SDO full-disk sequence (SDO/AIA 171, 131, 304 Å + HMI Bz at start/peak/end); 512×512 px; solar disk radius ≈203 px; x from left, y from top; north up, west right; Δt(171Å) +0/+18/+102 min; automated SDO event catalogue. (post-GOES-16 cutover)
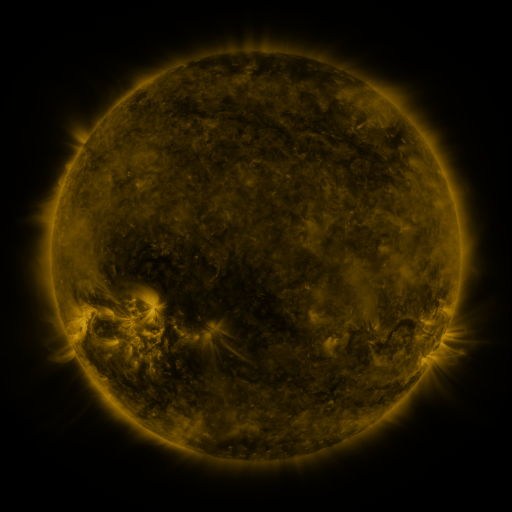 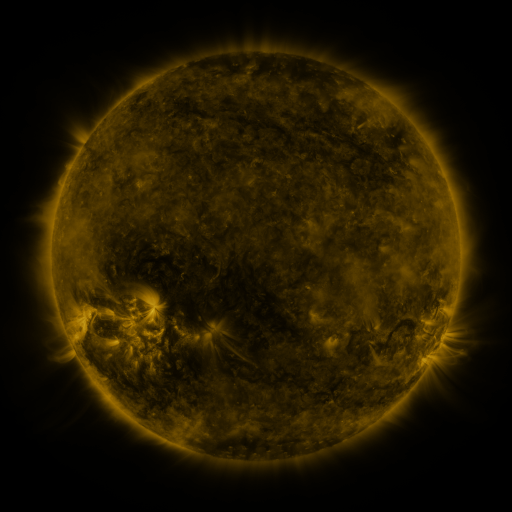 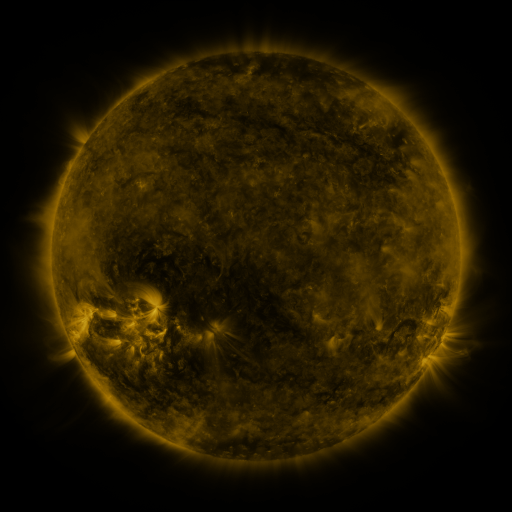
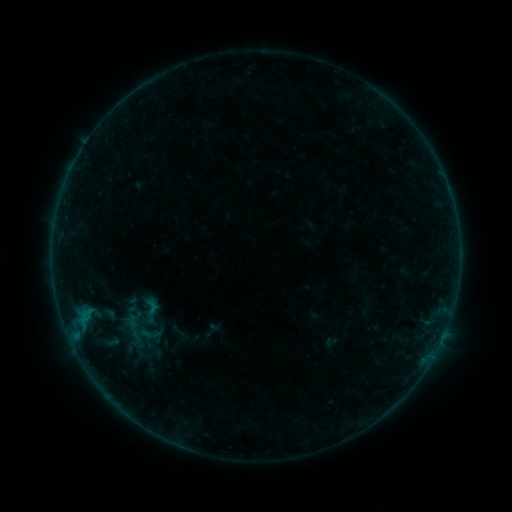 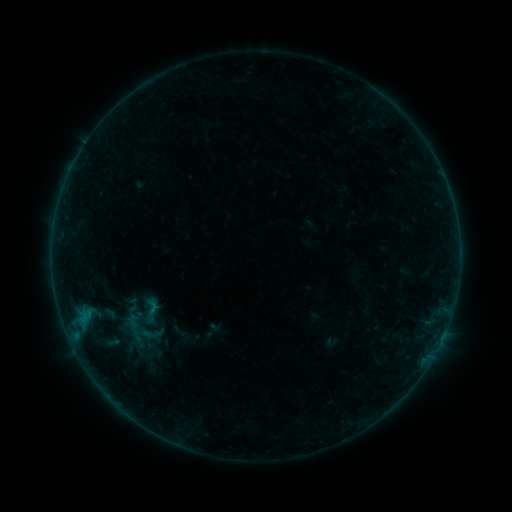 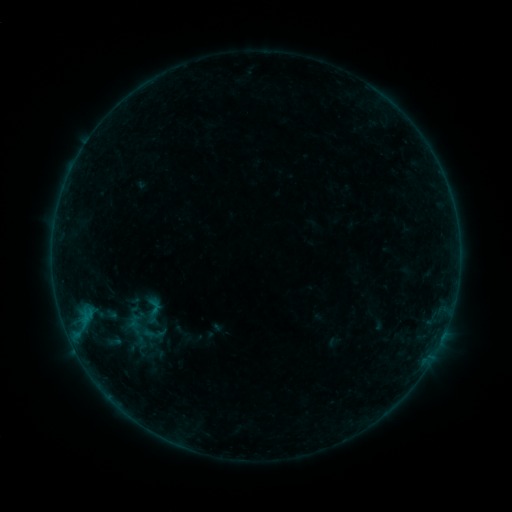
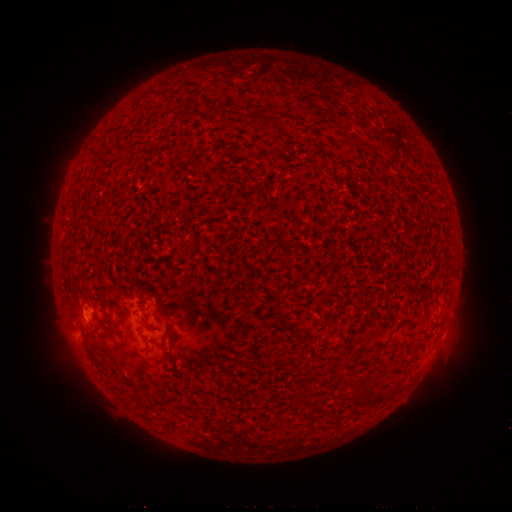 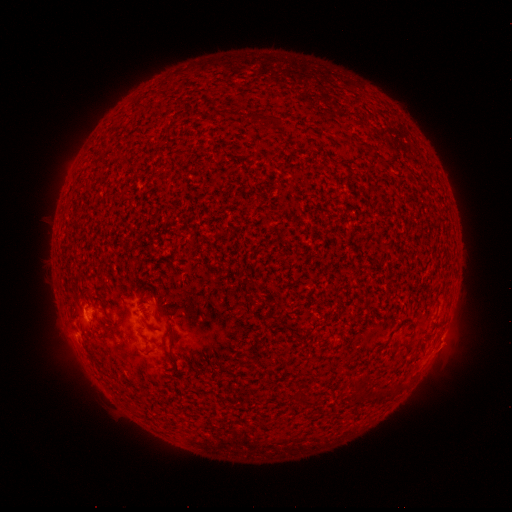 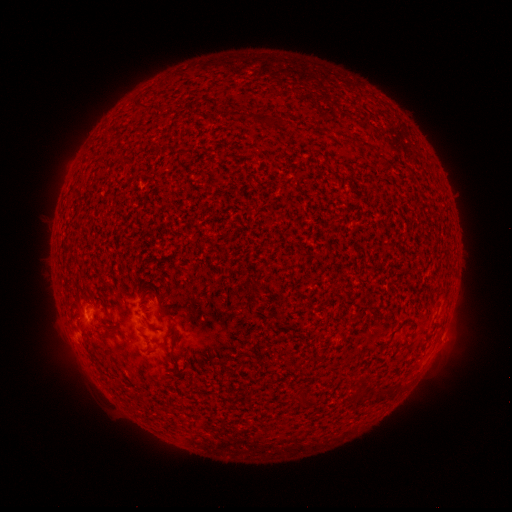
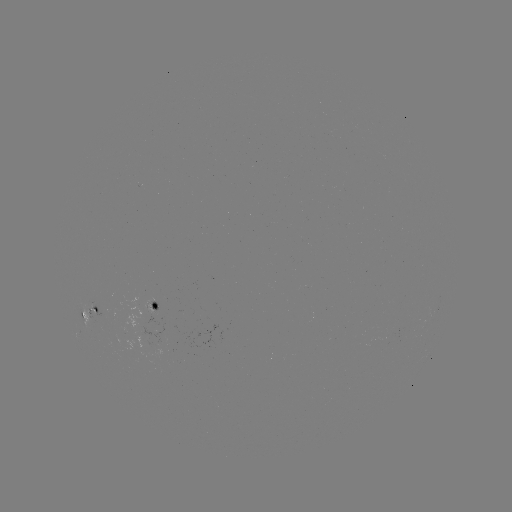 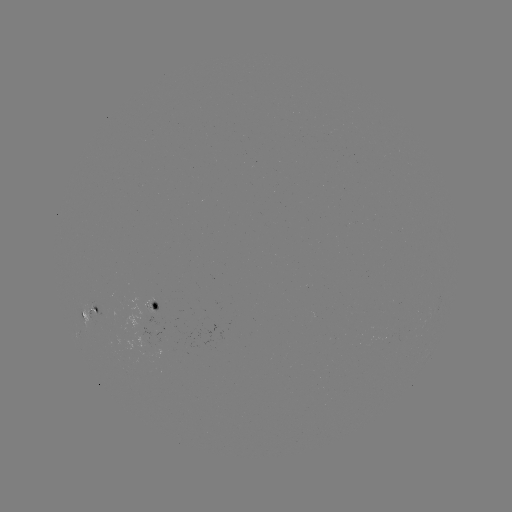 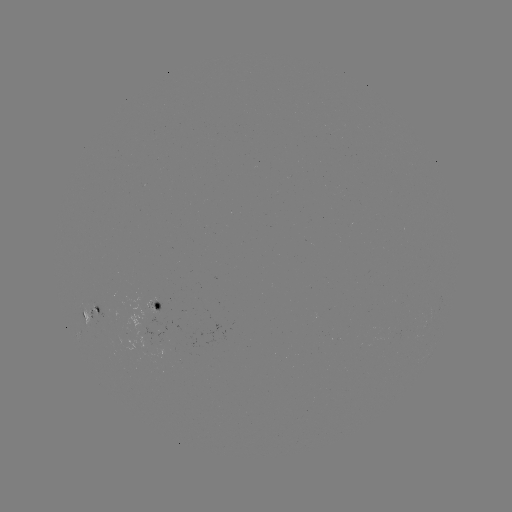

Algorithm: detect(B1.4 flare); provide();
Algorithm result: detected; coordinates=[84, 308]